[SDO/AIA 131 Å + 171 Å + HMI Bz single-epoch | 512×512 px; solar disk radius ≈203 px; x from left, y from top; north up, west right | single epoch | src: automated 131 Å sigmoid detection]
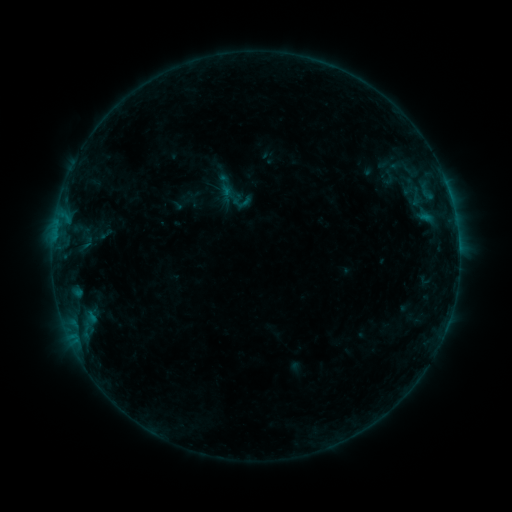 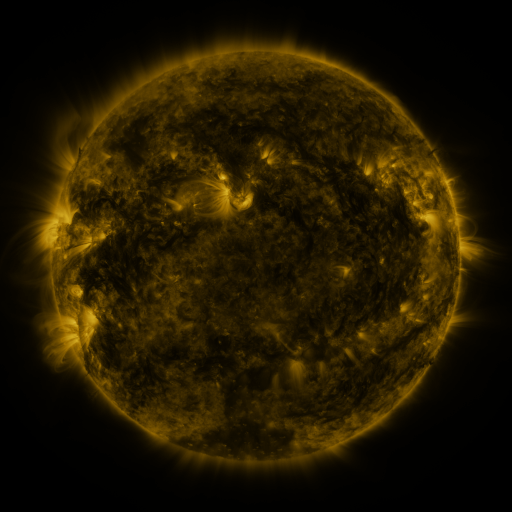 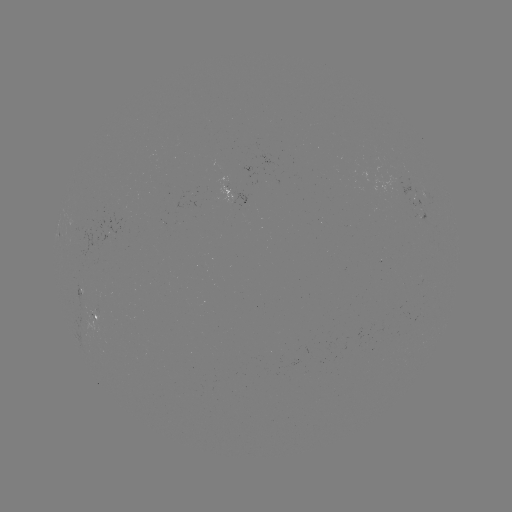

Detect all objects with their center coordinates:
sigmoid: <bbox>376, 168, 401, 187</bbox>
sigmoid: <bbox>217, 178, 253, 214</bbox>
